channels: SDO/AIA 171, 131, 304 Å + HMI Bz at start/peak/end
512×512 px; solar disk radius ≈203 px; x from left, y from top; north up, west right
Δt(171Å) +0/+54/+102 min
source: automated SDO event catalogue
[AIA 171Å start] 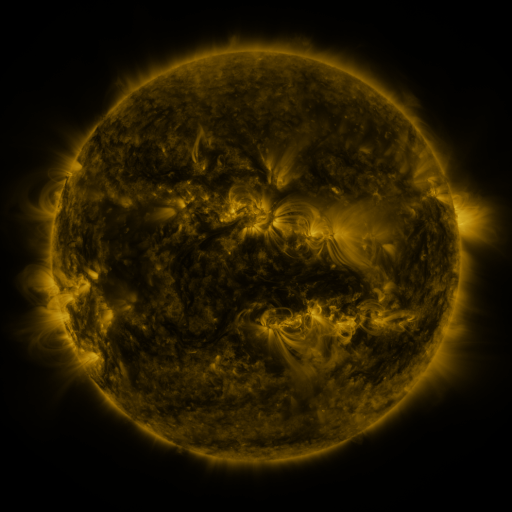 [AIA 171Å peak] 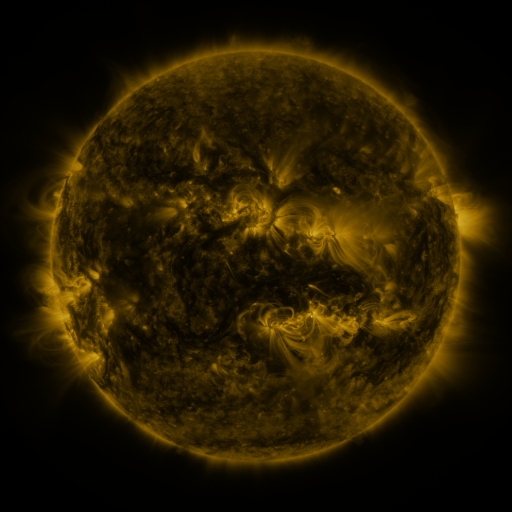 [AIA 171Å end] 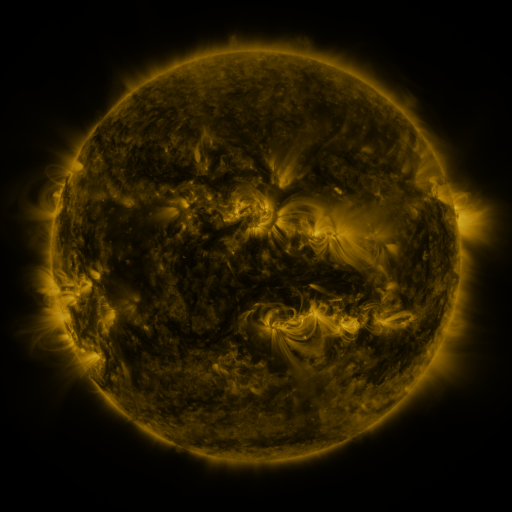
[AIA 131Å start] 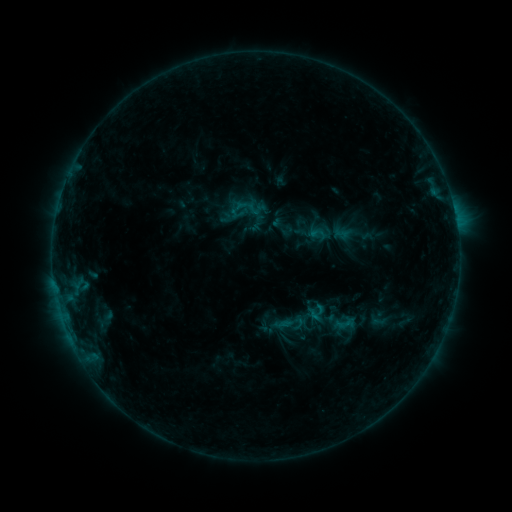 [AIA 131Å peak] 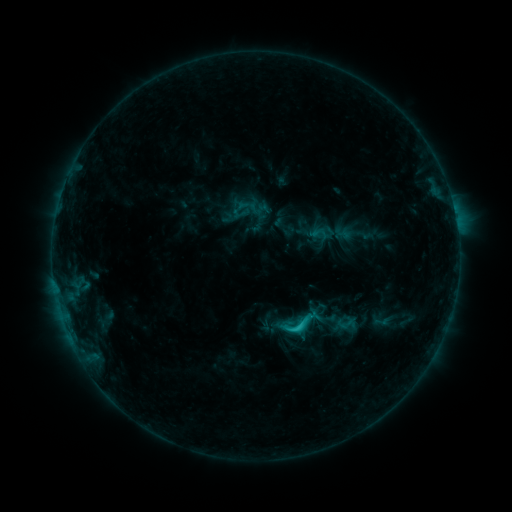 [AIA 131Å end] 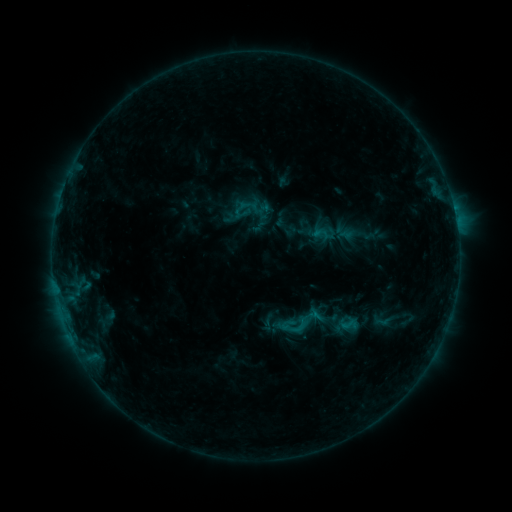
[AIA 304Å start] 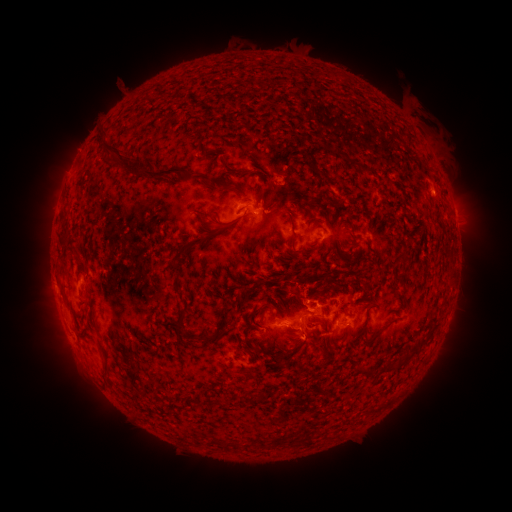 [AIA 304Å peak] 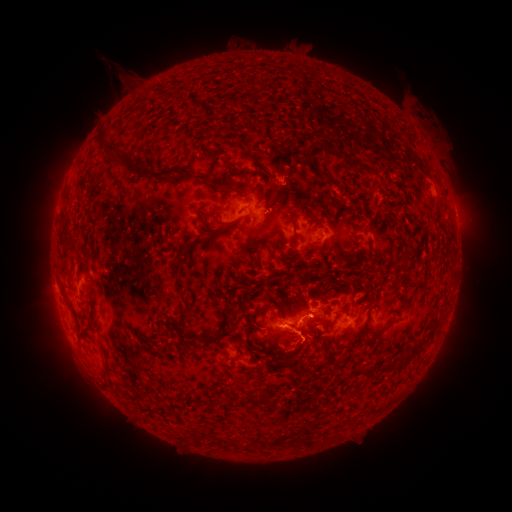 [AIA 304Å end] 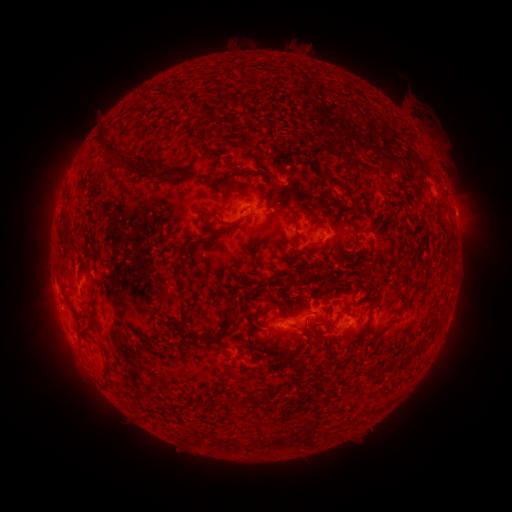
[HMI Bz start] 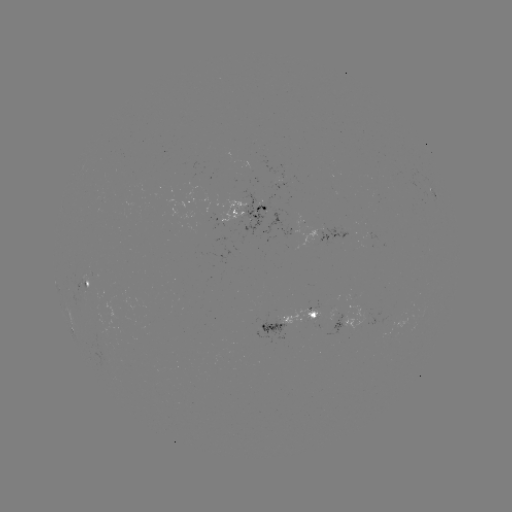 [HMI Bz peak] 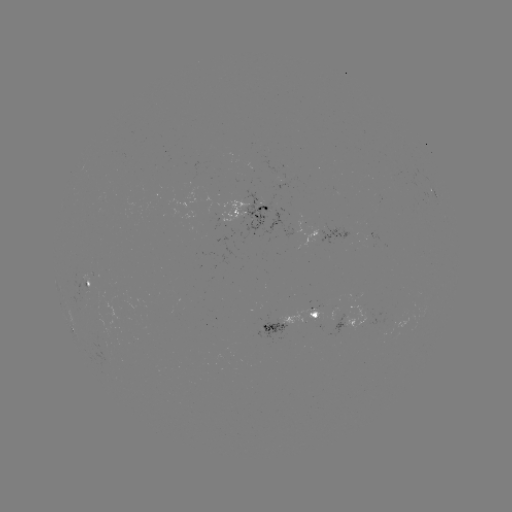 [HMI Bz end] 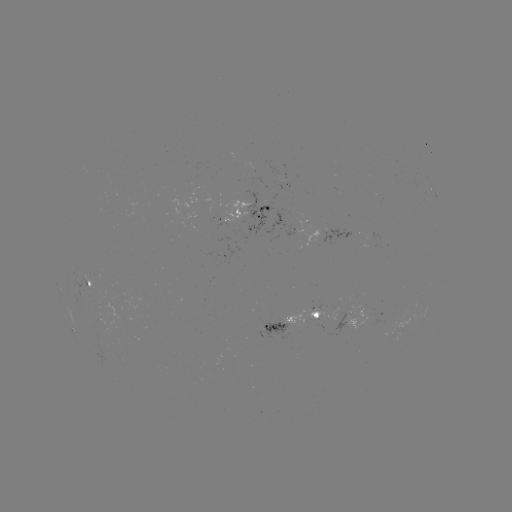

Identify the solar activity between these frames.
C1.7 flare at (295, 328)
